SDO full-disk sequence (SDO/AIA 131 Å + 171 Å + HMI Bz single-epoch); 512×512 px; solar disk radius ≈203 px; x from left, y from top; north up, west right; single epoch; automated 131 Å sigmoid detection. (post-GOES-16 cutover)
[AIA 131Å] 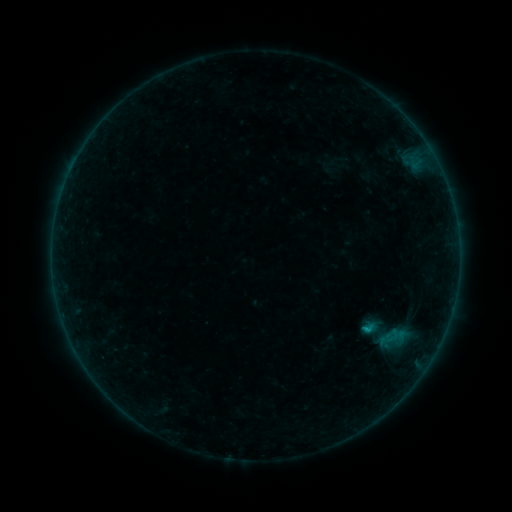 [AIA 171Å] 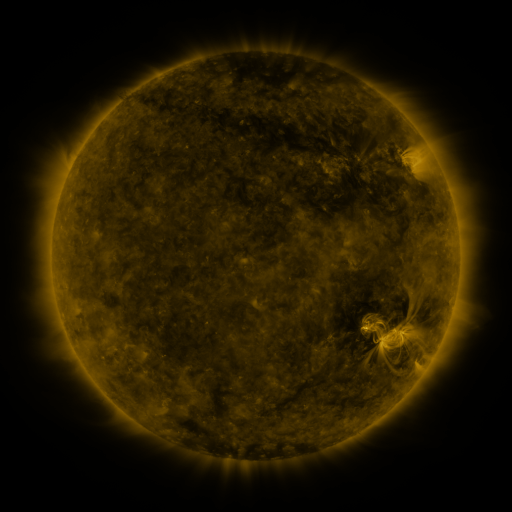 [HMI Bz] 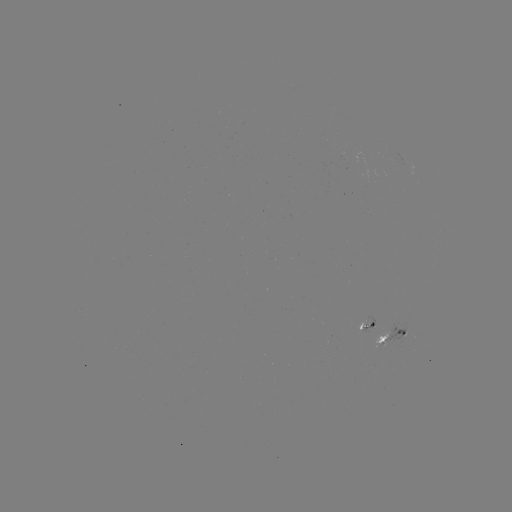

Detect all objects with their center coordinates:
sigmoid: <bbox>354, 304, 414, 364</bbox>
